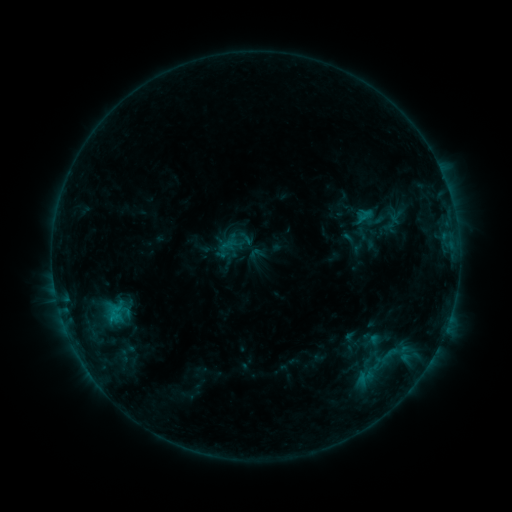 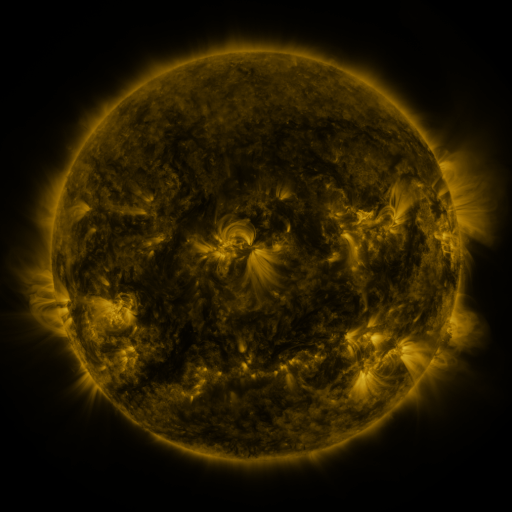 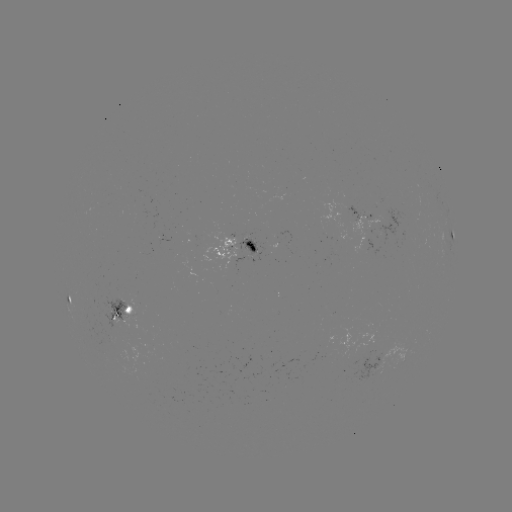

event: sigmoid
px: (256, 253)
